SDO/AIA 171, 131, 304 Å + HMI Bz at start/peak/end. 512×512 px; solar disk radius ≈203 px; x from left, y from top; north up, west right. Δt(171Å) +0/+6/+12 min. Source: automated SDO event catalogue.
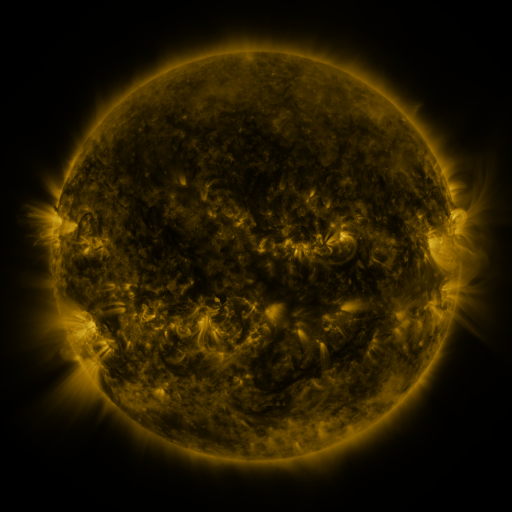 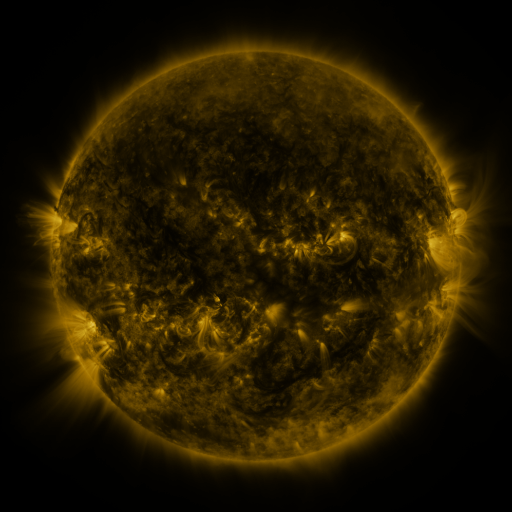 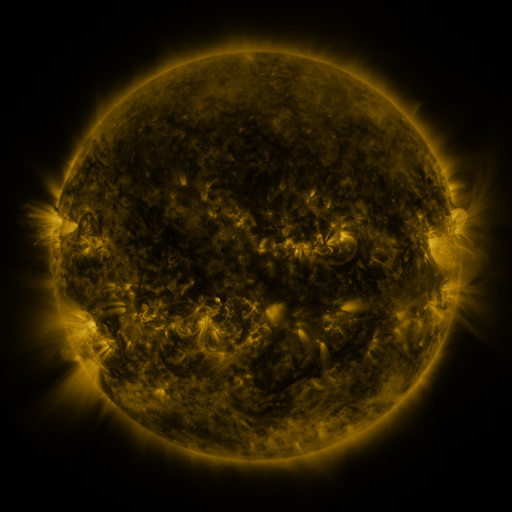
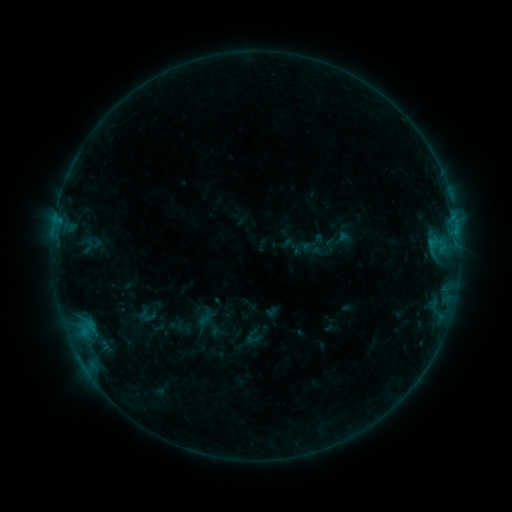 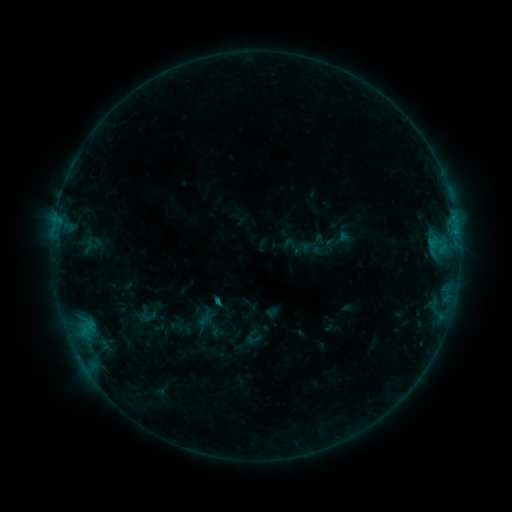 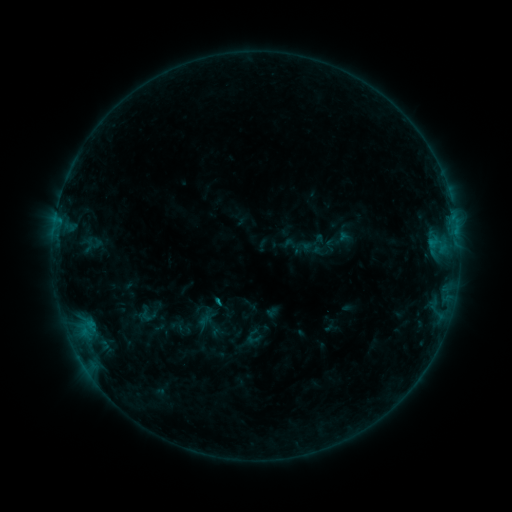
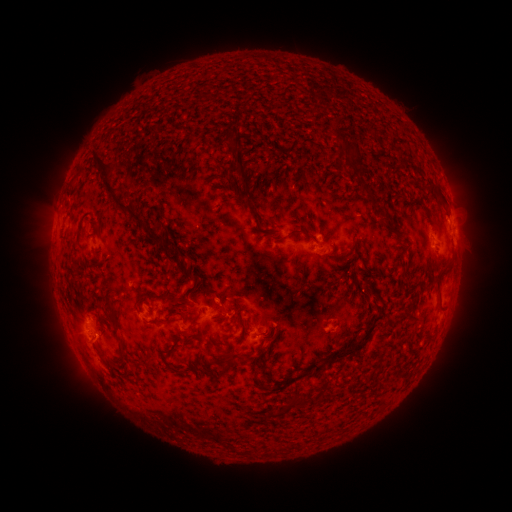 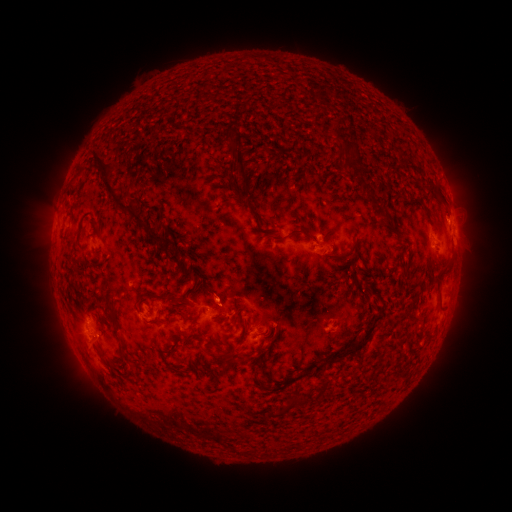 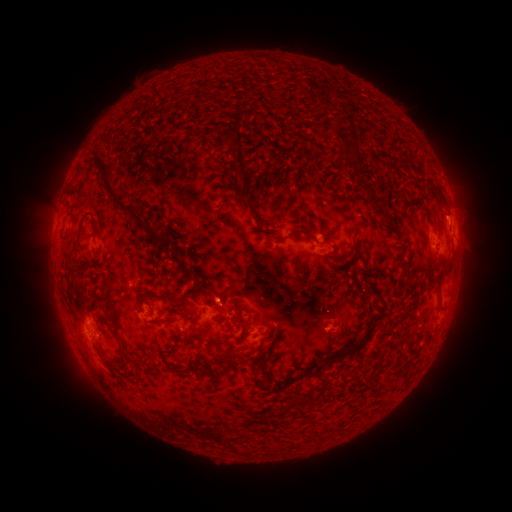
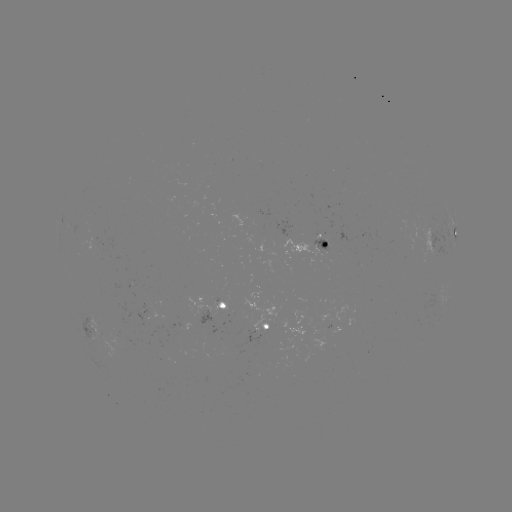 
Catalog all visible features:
eruption: (218, 291)
